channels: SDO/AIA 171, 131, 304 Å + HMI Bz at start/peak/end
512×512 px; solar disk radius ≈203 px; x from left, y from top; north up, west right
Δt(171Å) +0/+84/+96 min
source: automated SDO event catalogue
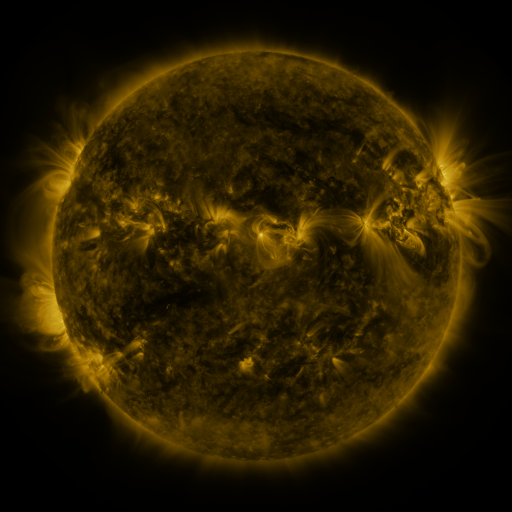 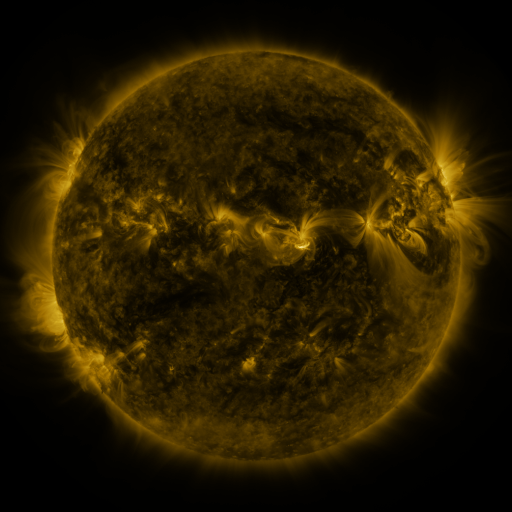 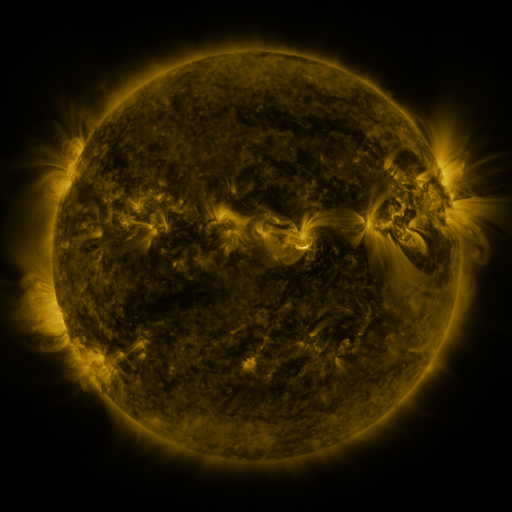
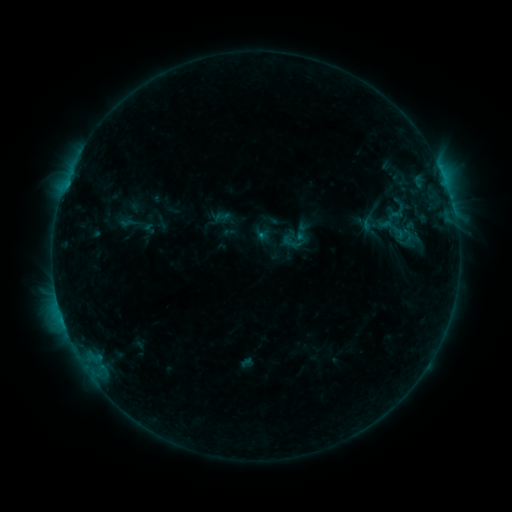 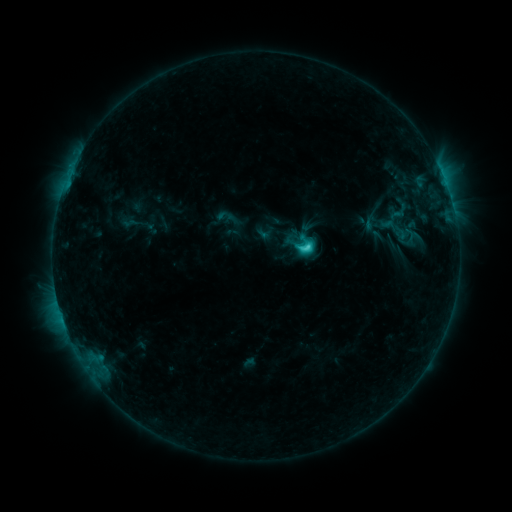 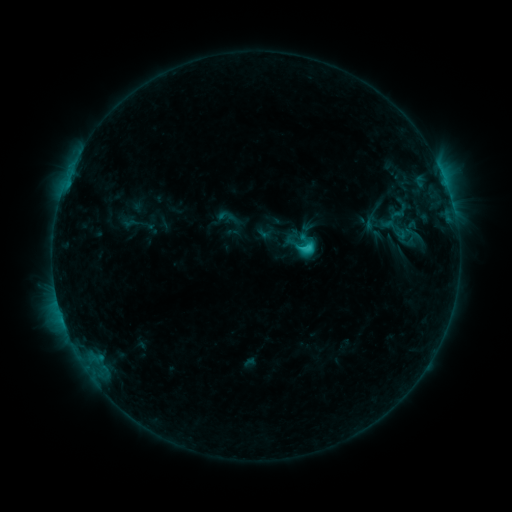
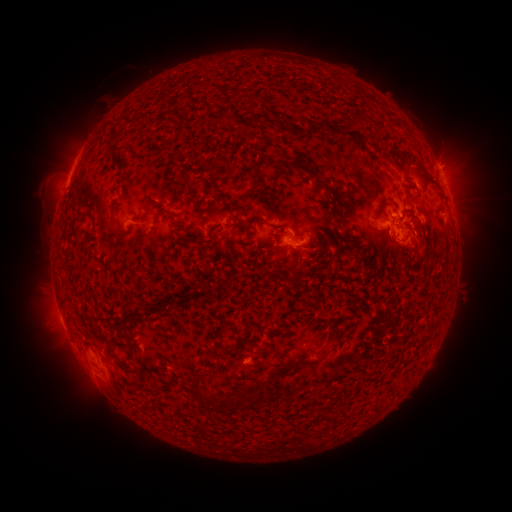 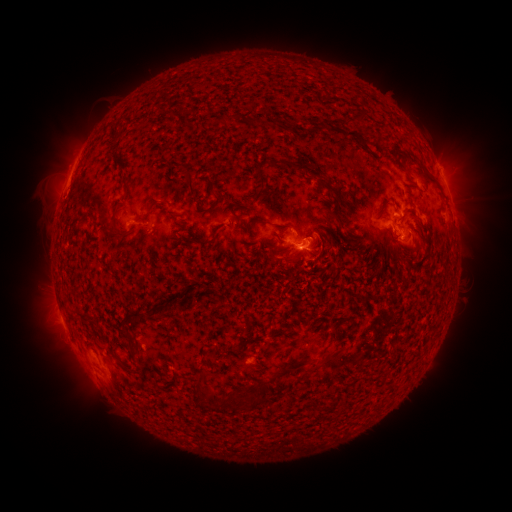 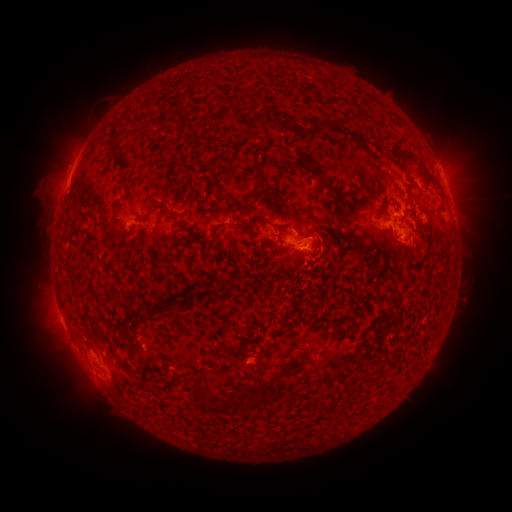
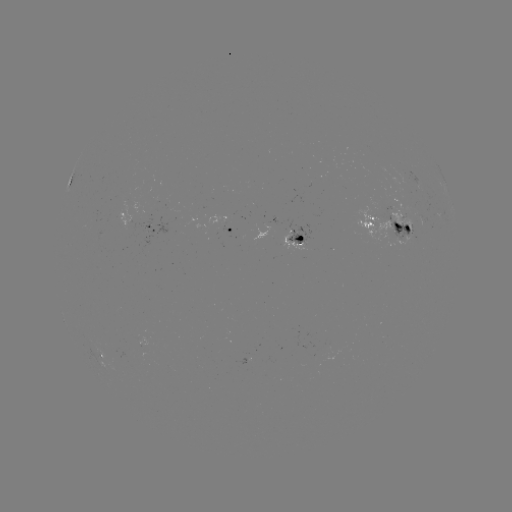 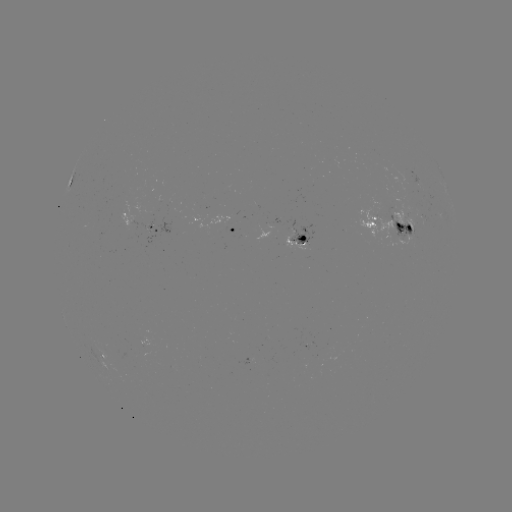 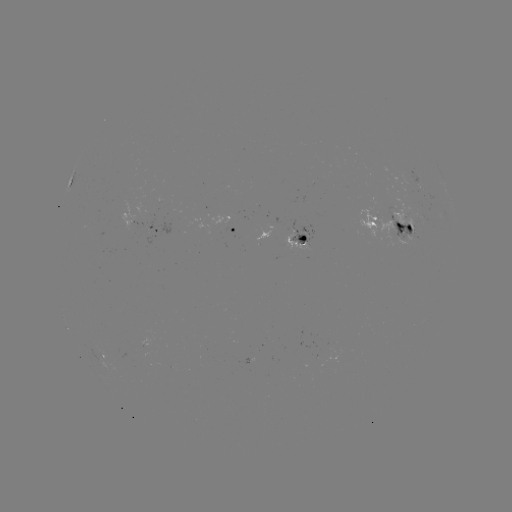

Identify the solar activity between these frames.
emerging-flux region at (142, 217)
